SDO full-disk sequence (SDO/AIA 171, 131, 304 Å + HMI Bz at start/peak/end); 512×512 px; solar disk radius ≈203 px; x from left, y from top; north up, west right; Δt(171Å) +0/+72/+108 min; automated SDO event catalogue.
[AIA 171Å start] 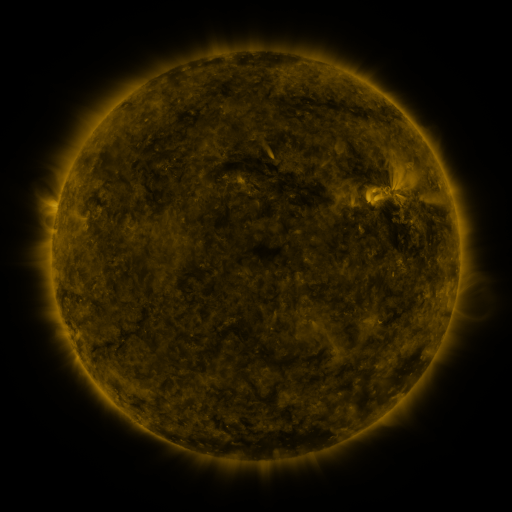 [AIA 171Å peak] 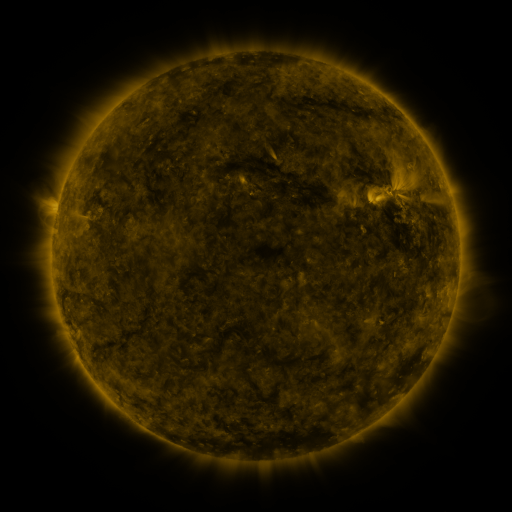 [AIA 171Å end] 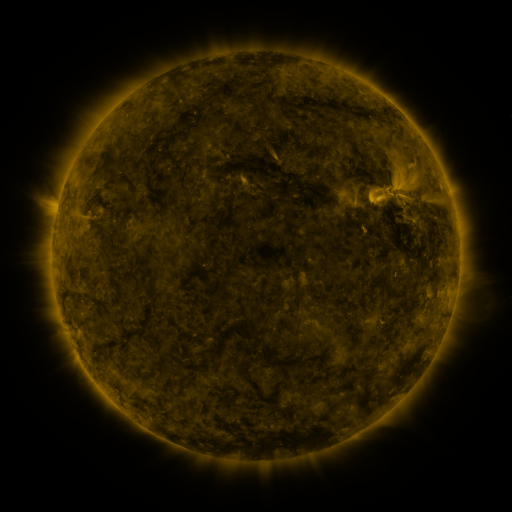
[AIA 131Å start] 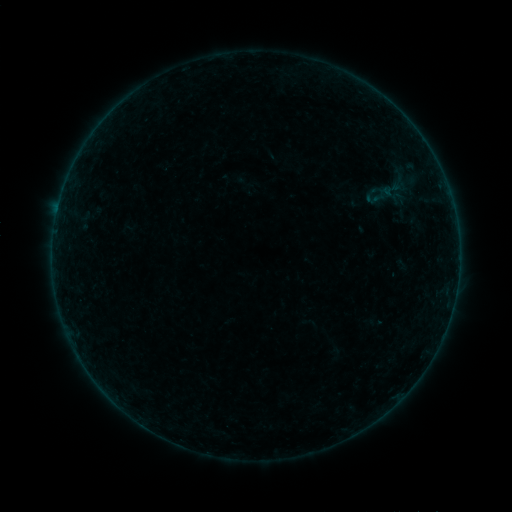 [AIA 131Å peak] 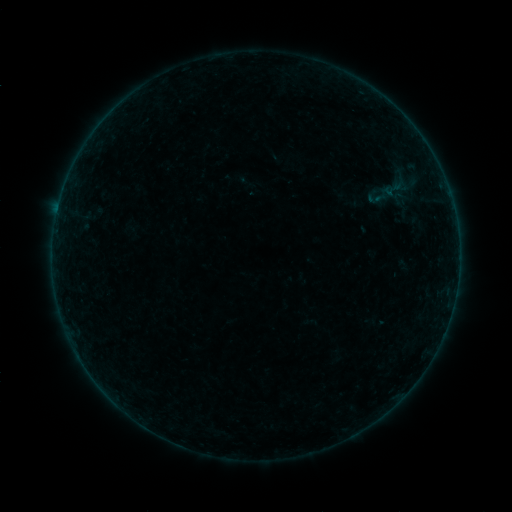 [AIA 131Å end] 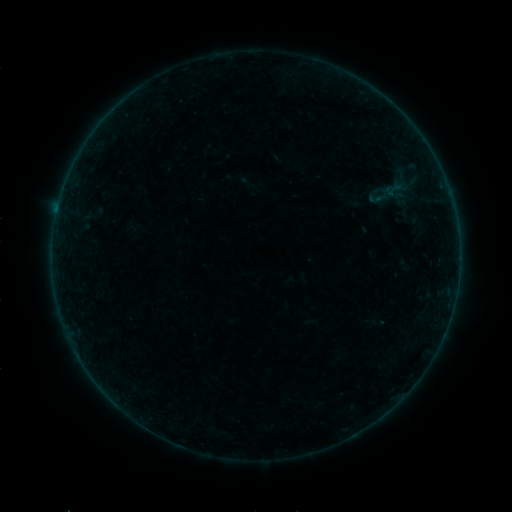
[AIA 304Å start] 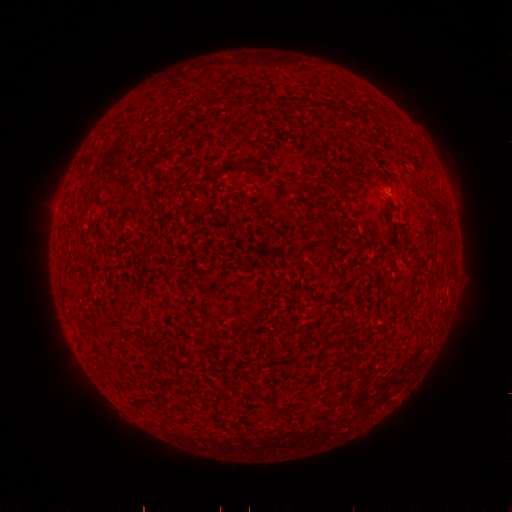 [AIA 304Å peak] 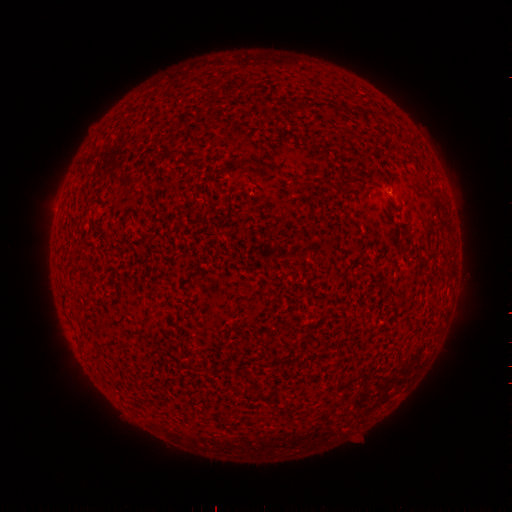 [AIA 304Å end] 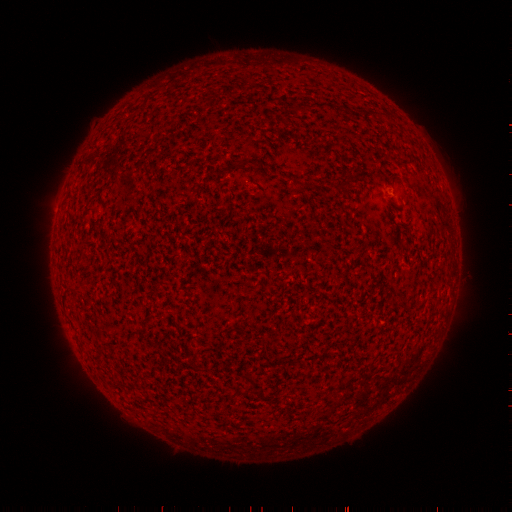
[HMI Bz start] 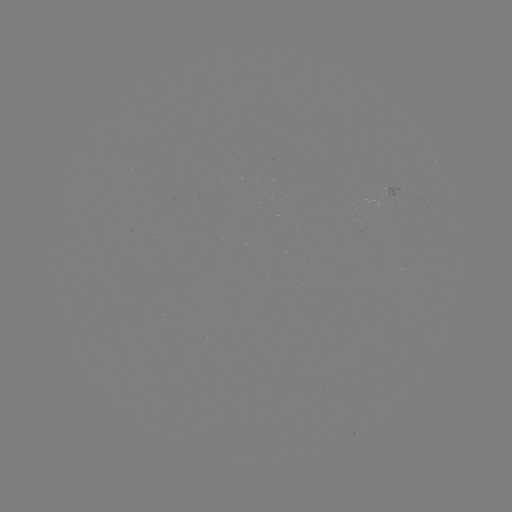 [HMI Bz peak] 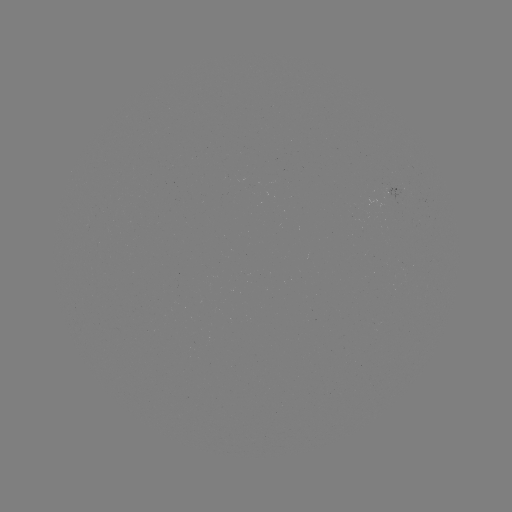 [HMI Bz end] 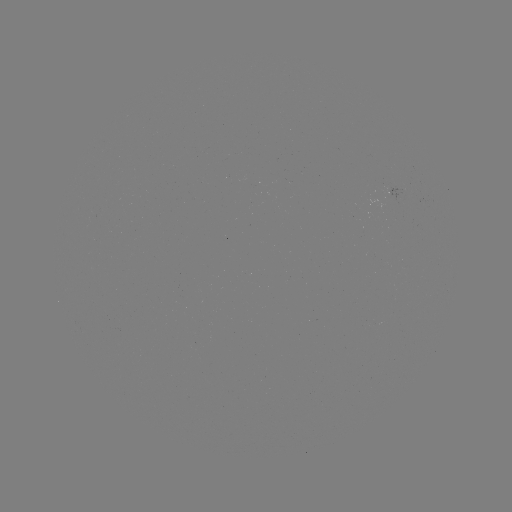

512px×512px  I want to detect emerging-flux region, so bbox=[376, 186, 404, 207].